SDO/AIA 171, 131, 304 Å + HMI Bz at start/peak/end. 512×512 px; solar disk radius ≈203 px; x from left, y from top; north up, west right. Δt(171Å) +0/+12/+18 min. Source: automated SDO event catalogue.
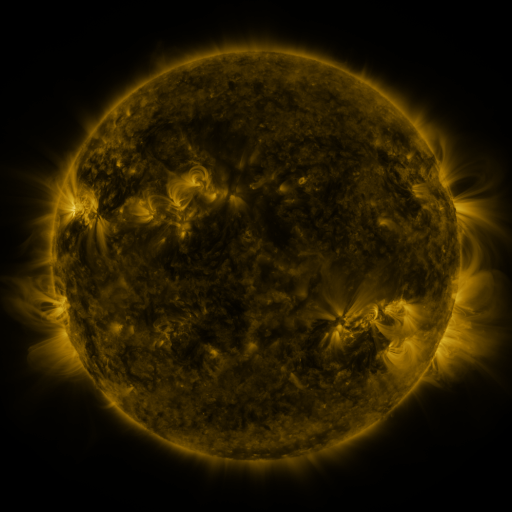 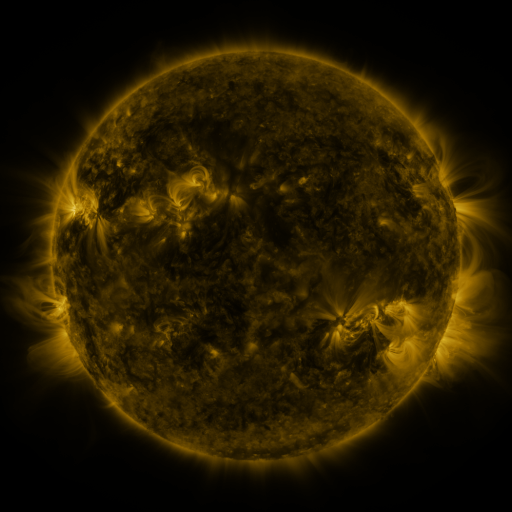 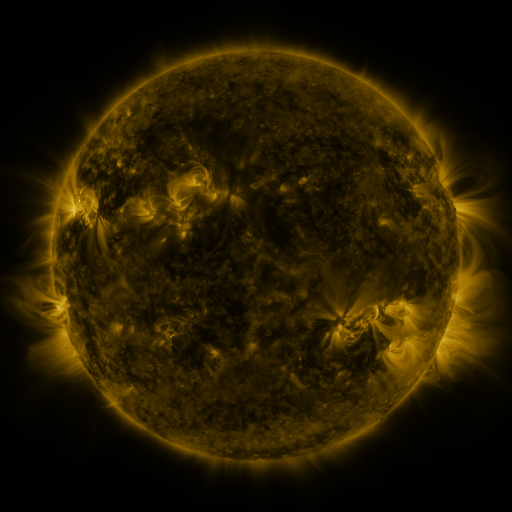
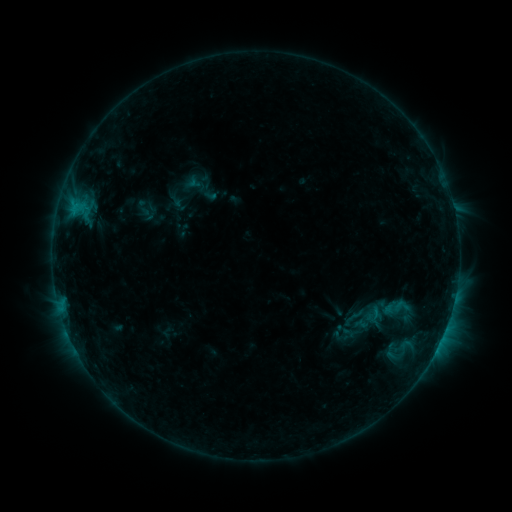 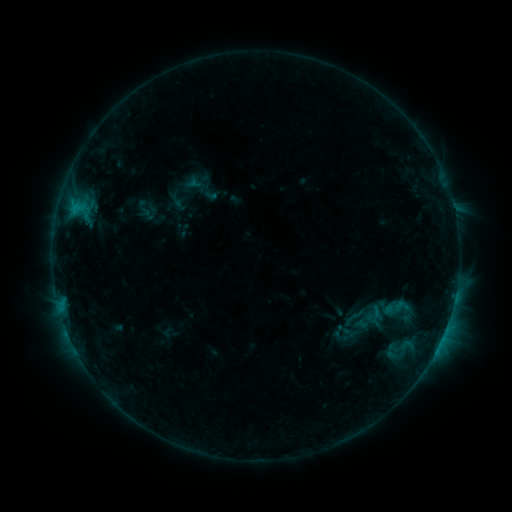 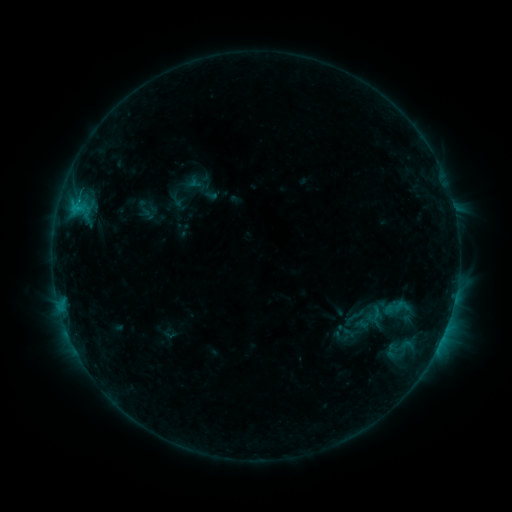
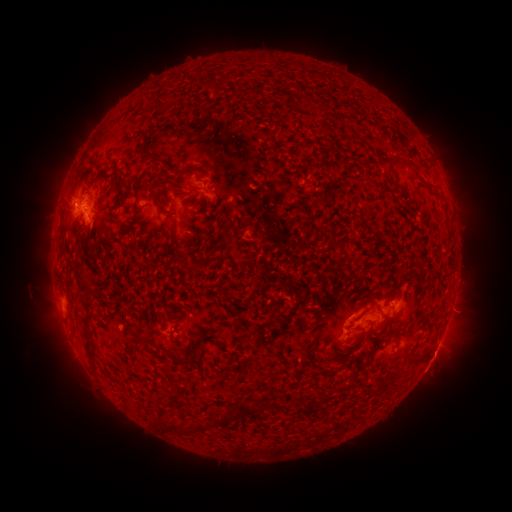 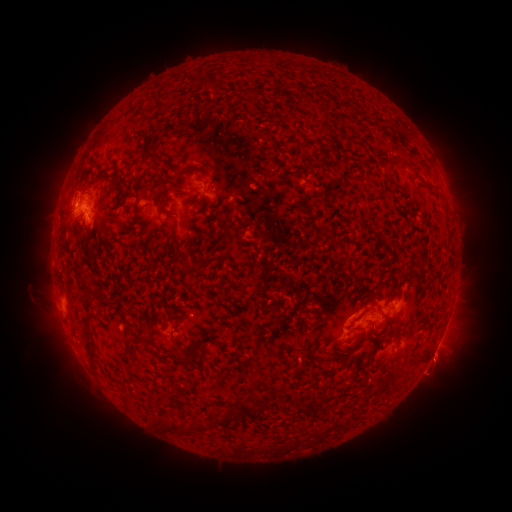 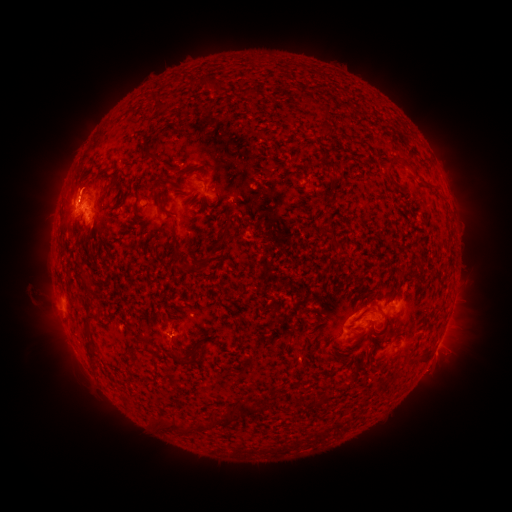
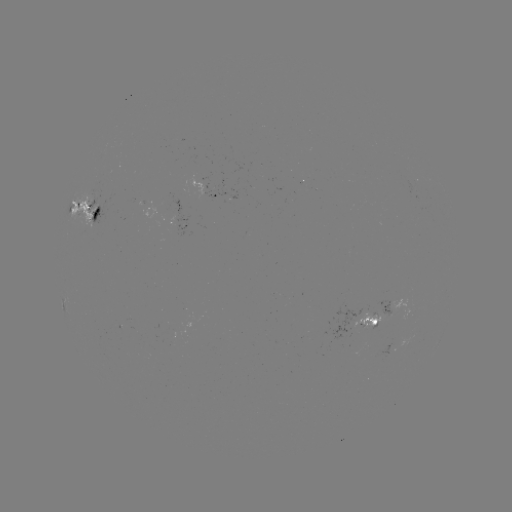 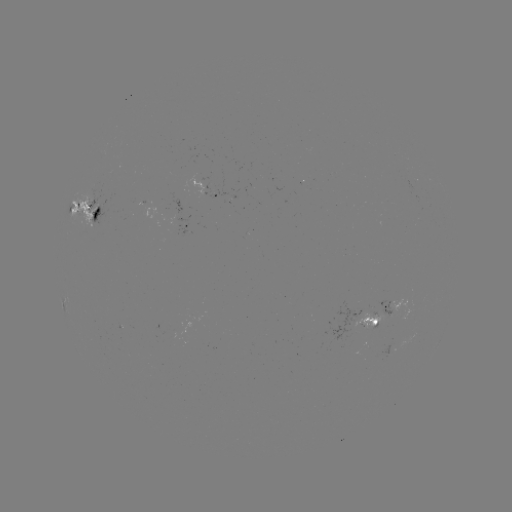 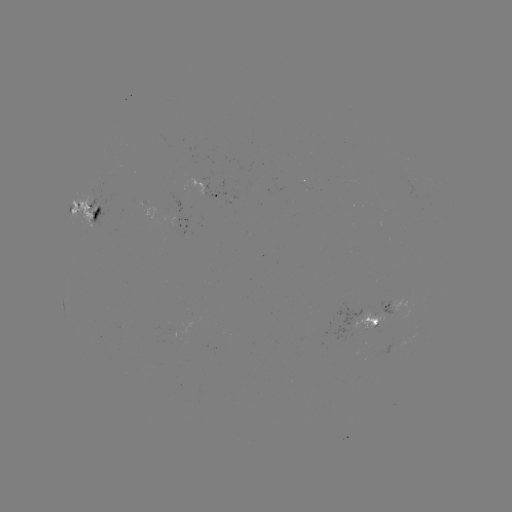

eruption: <bbox>404, 343, 464, 404</bbox>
